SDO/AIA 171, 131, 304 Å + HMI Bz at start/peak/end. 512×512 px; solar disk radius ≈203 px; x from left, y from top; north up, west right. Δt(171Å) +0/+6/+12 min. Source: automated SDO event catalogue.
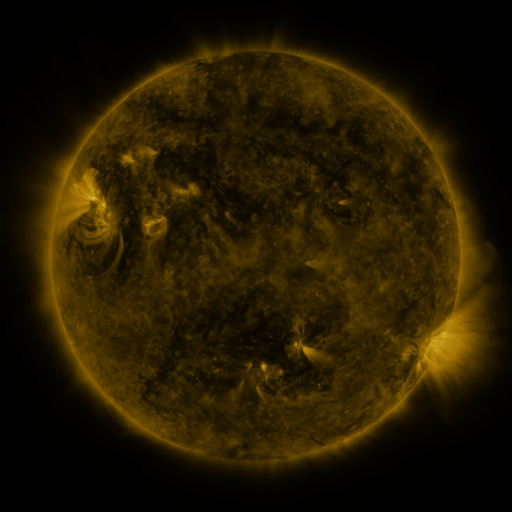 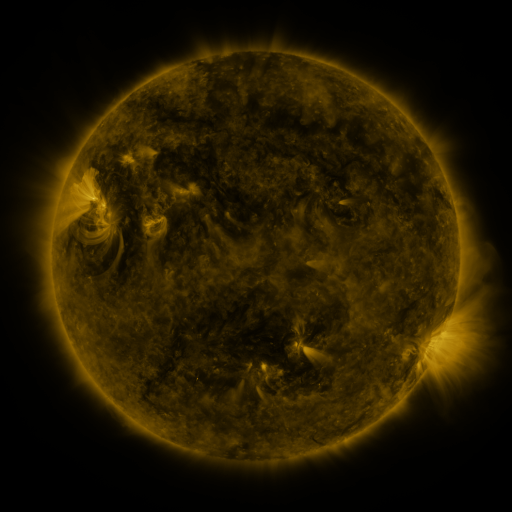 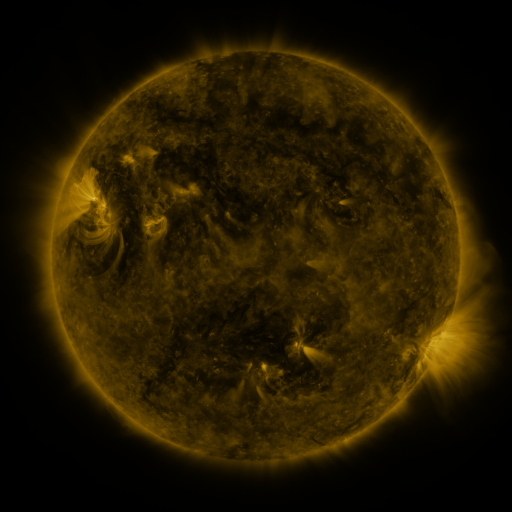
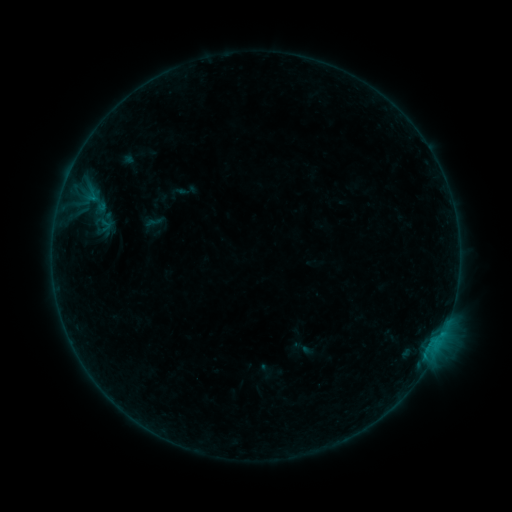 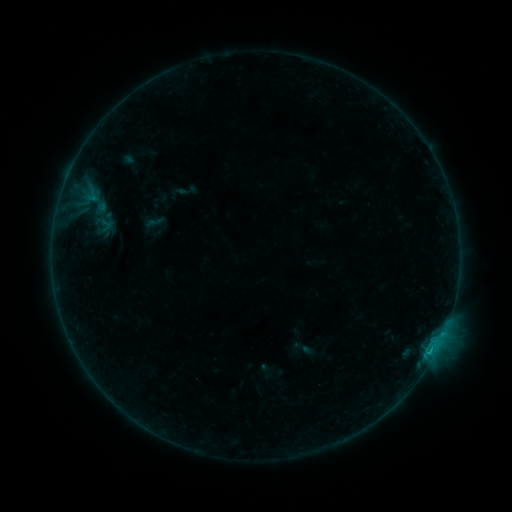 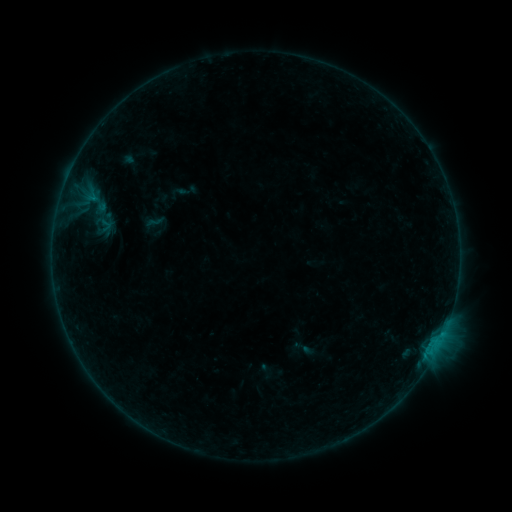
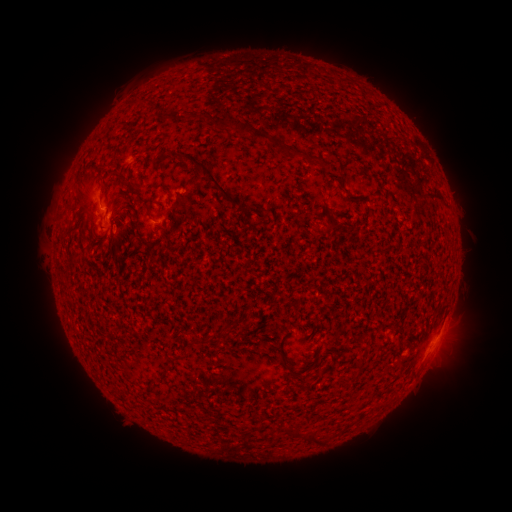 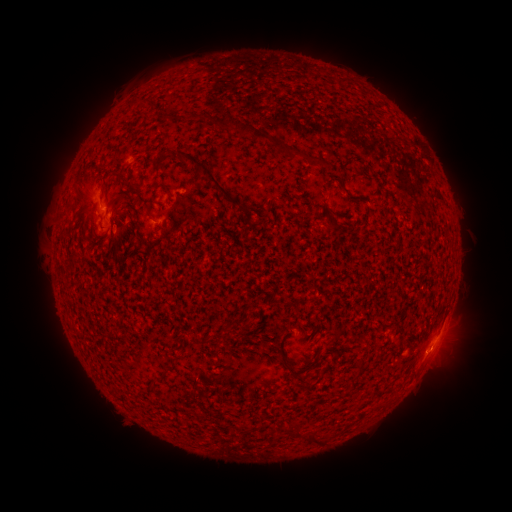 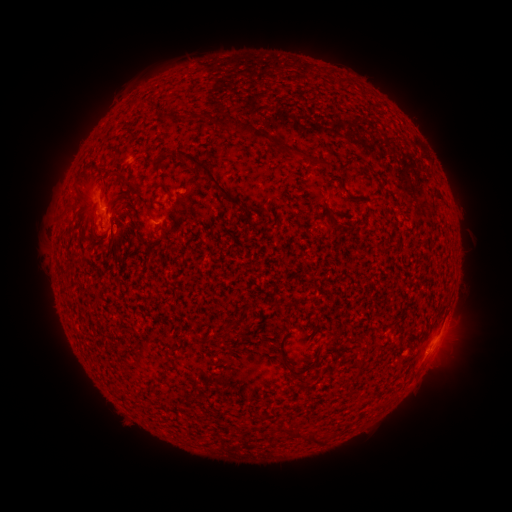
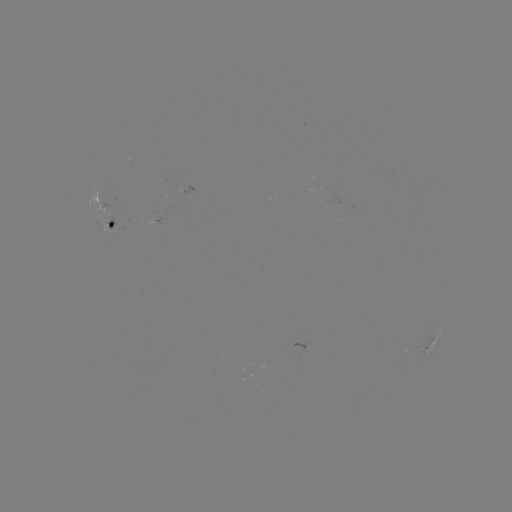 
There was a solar flare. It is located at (431, 347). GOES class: B4.1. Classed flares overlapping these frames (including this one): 1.